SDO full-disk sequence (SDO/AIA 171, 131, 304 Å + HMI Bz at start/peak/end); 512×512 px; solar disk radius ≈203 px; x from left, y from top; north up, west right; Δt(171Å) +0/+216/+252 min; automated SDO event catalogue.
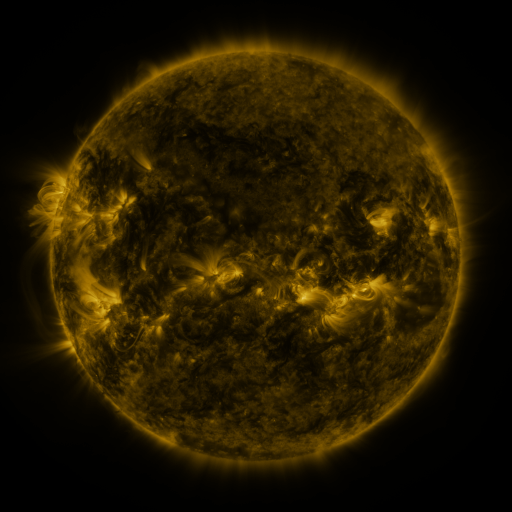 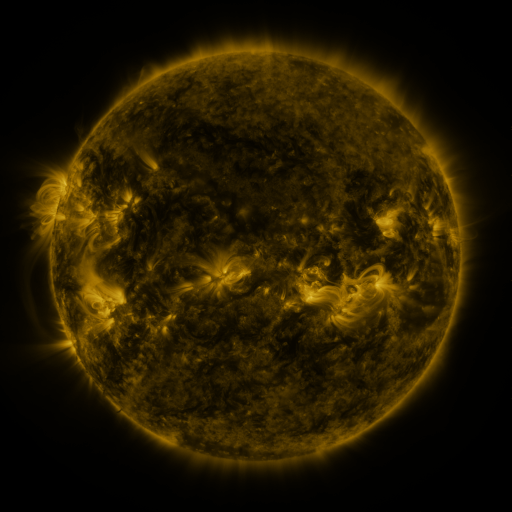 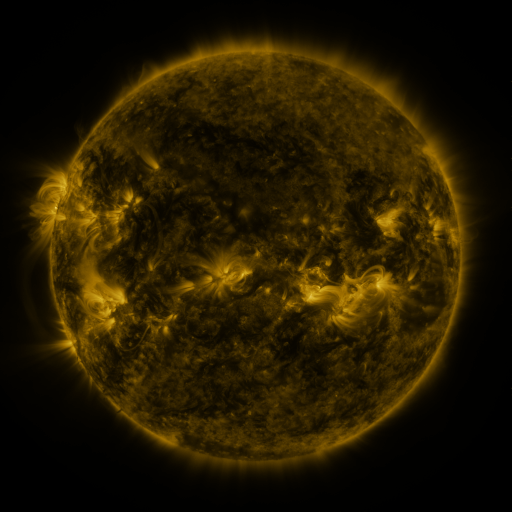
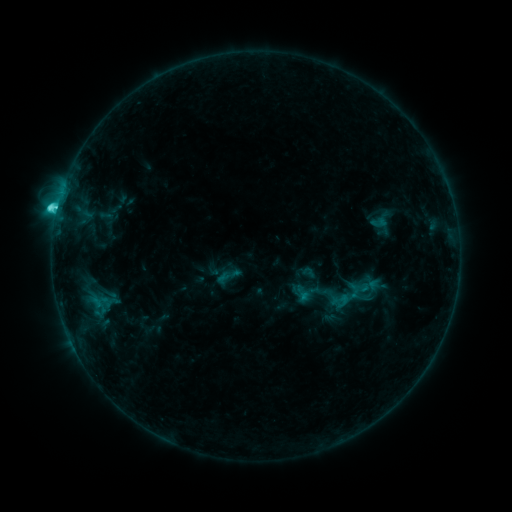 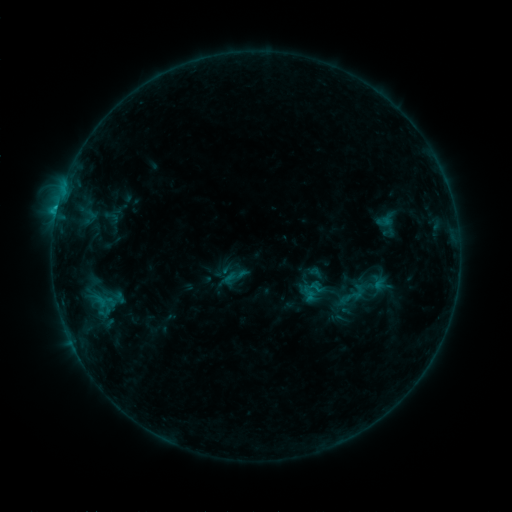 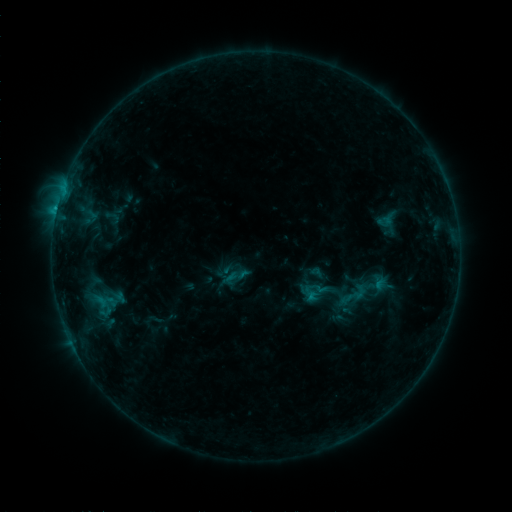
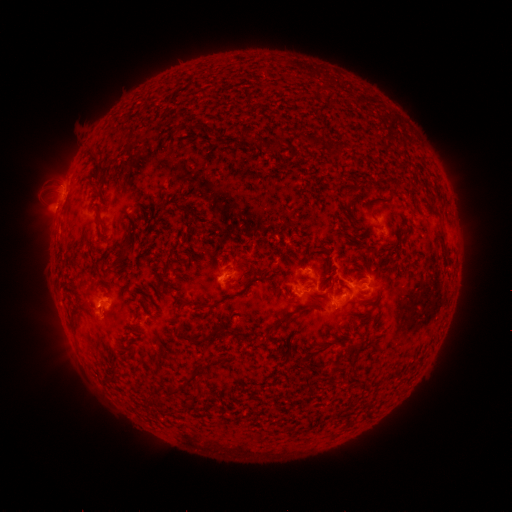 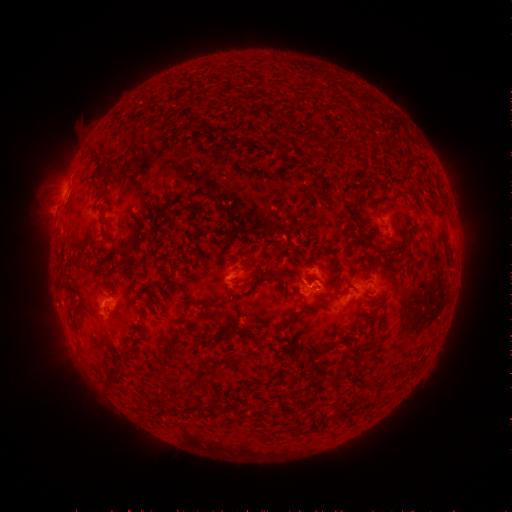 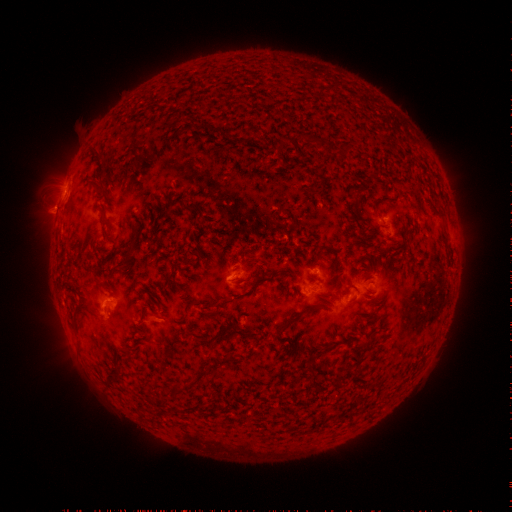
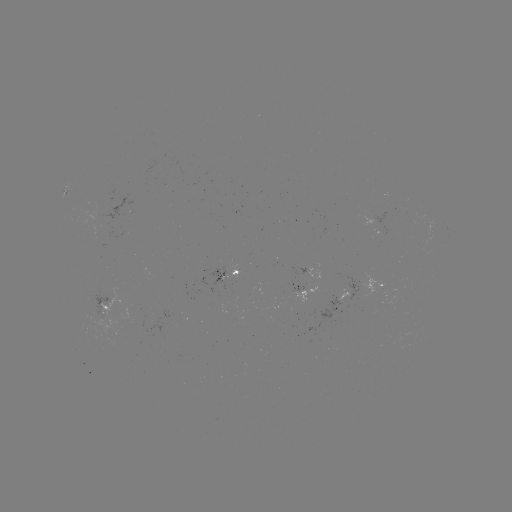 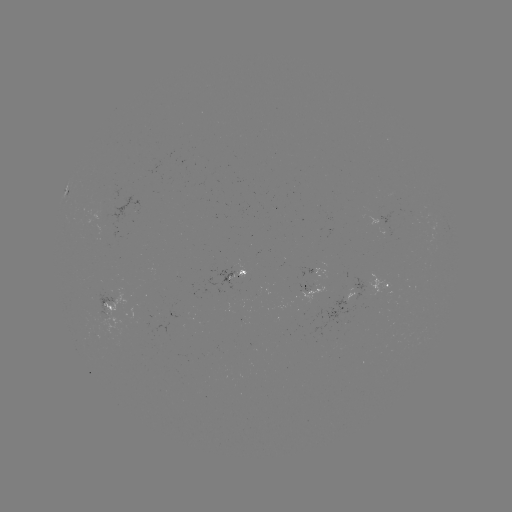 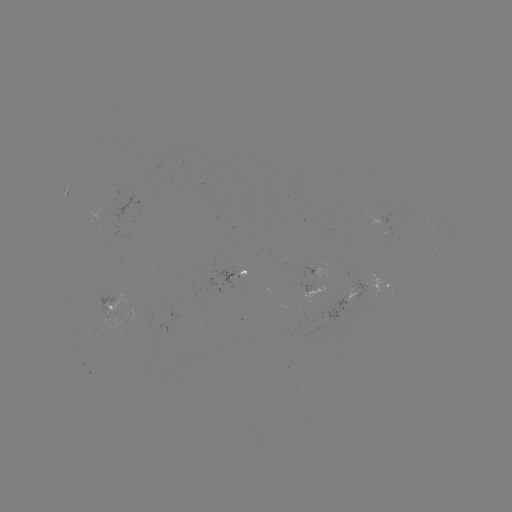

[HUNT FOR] emerging-flux region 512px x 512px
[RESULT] (311, 276)